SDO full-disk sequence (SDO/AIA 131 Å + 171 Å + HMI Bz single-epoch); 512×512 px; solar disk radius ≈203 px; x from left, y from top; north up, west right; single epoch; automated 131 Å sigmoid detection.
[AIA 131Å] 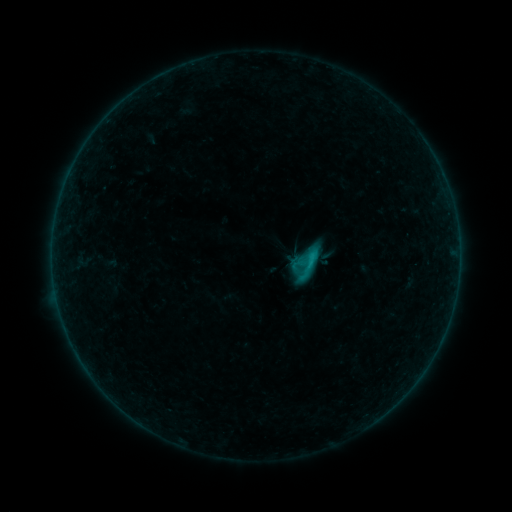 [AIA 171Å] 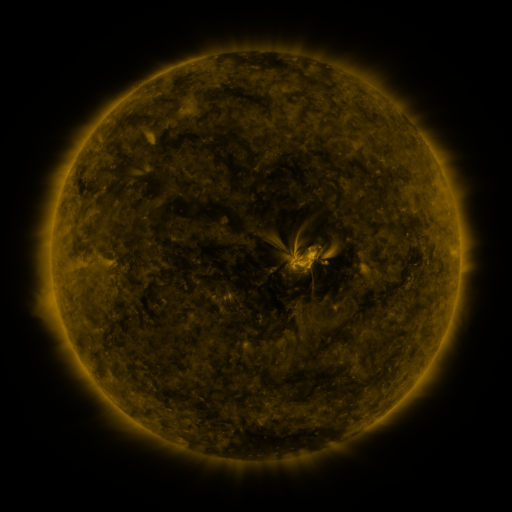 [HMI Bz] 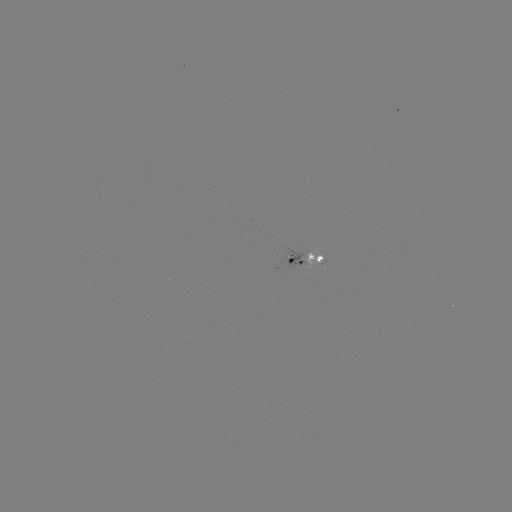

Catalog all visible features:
sigmoid: (288, 246, 326, 287)
